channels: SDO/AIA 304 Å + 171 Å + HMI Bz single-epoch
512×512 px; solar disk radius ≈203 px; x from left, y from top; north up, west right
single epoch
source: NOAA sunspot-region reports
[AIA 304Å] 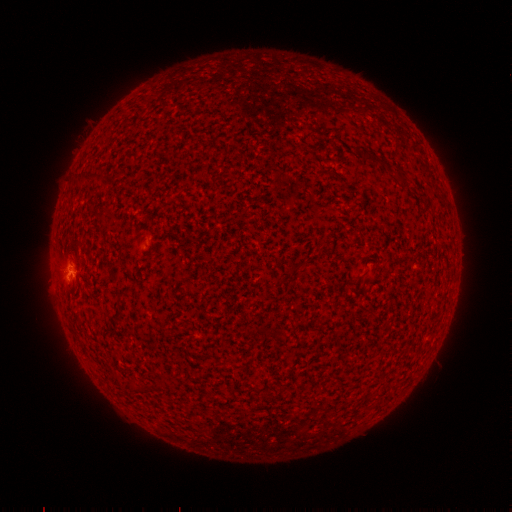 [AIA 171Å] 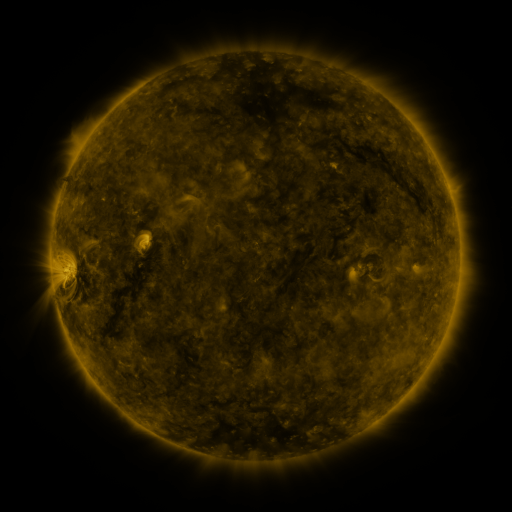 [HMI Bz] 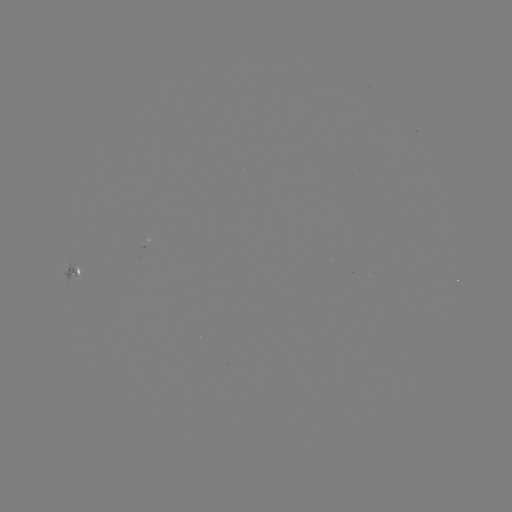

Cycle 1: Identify spotted active region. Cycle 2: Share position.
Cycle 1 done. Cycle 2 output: [74, 267].